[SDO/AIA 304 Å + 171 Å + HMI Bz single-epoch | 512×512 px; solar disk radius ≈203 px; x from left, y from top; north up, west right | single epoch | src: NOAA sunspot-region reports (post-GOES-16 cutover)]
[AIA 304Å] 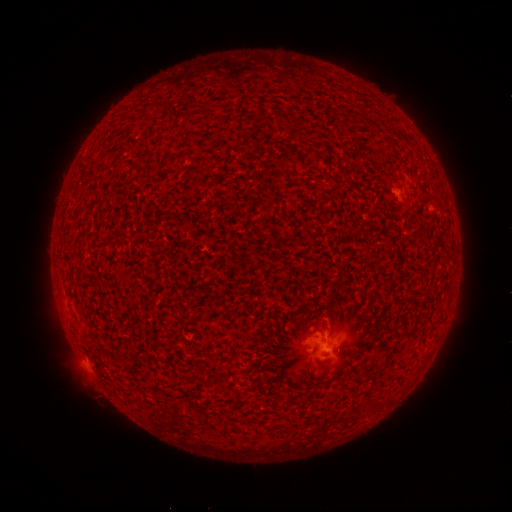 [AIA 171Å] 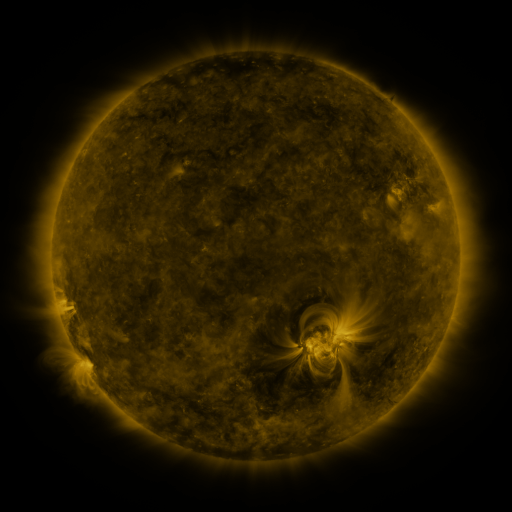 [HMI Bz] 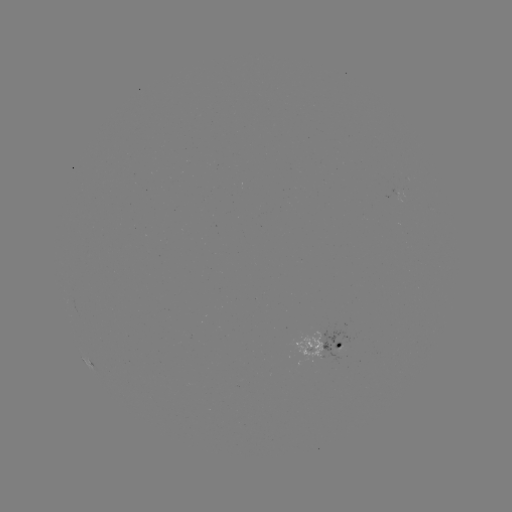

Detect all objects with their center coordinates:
spotted active region: (329, 345)
